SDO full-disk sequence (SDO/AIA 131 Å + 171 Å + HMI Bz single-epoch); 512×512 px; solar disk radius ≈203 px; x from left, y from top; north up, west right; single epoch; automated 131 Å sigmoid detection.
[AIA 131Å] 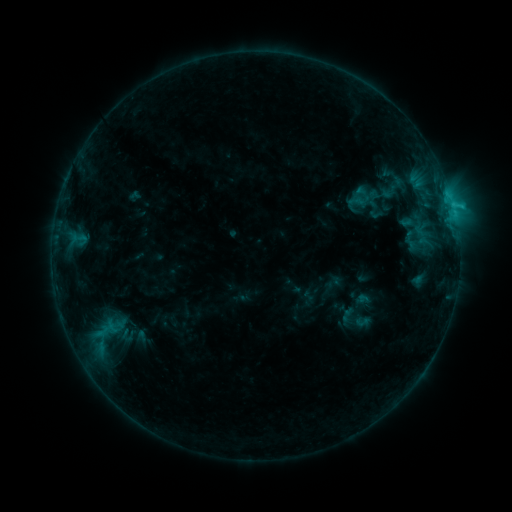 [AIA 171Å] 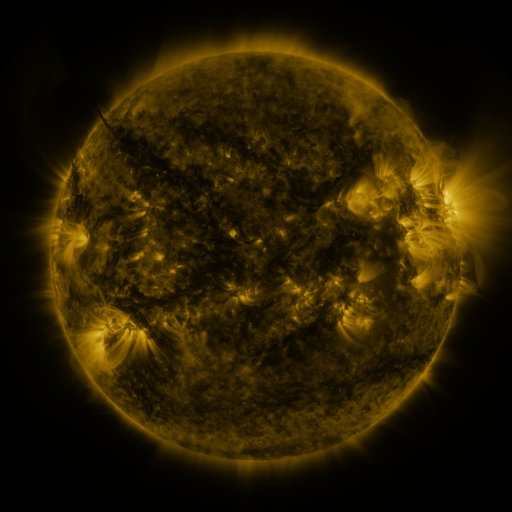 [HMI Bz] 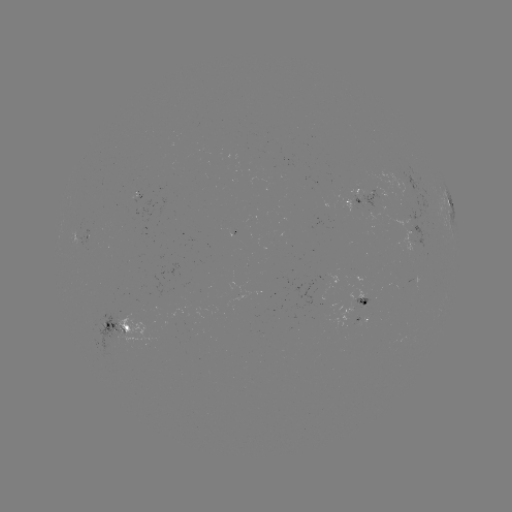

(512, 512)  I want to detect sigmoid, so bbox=[351, 185, 375, 203].